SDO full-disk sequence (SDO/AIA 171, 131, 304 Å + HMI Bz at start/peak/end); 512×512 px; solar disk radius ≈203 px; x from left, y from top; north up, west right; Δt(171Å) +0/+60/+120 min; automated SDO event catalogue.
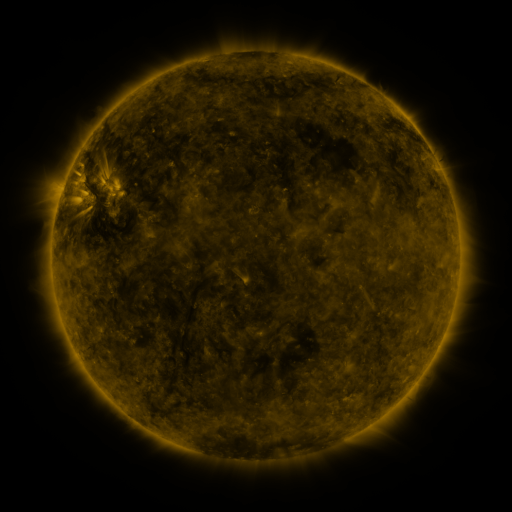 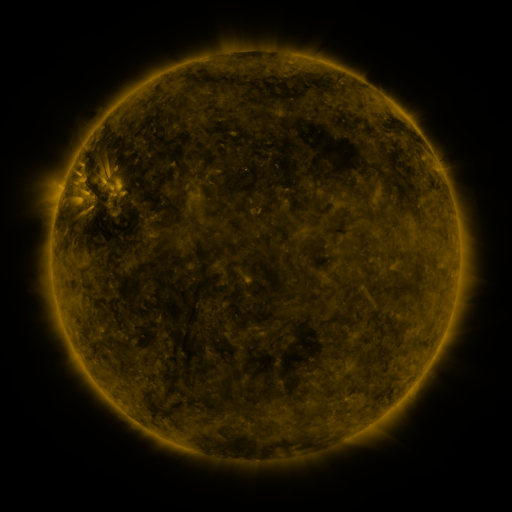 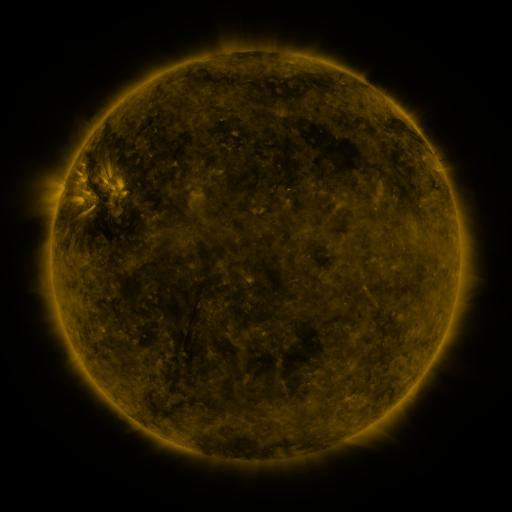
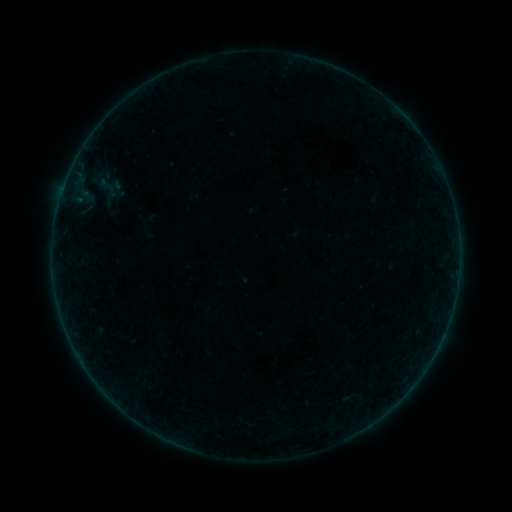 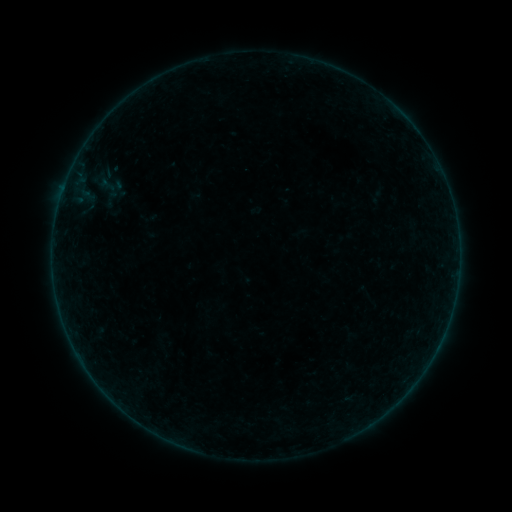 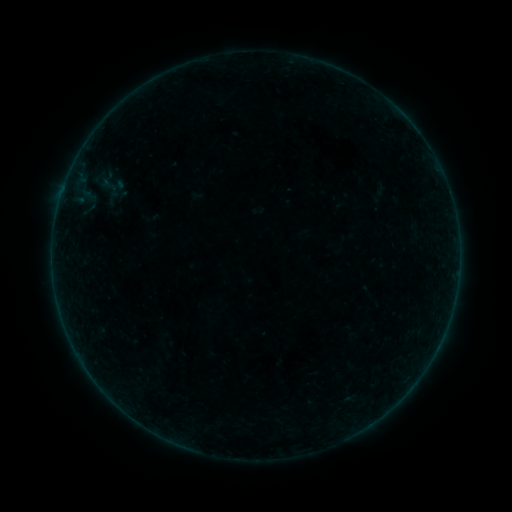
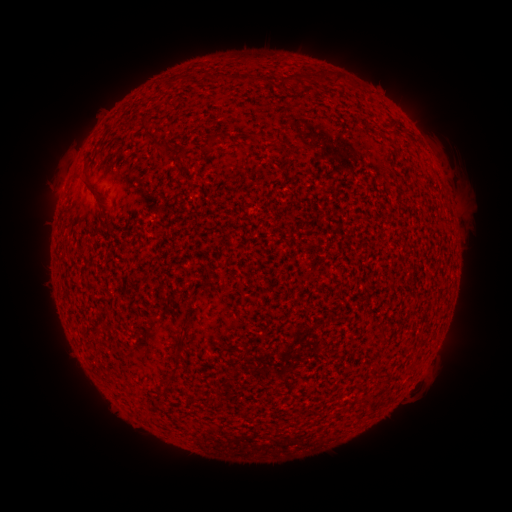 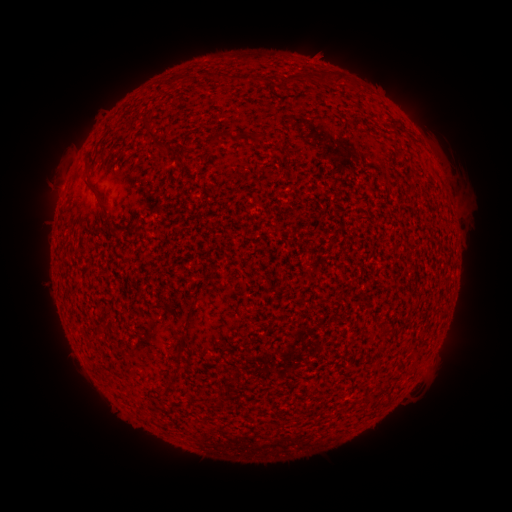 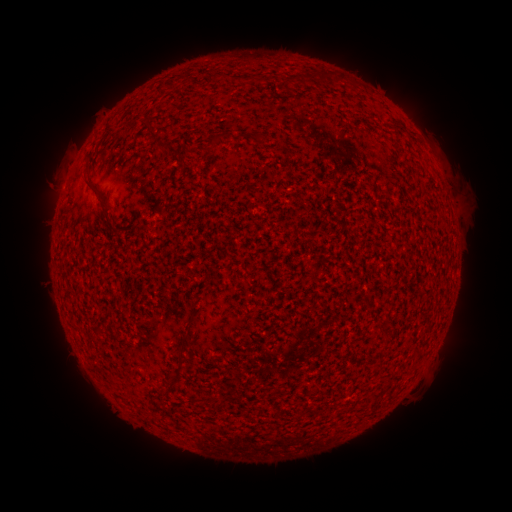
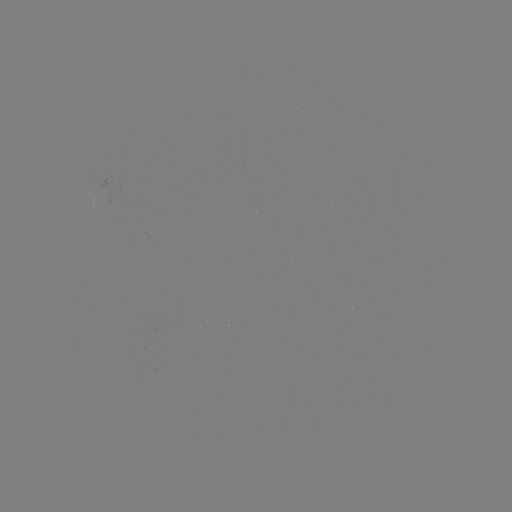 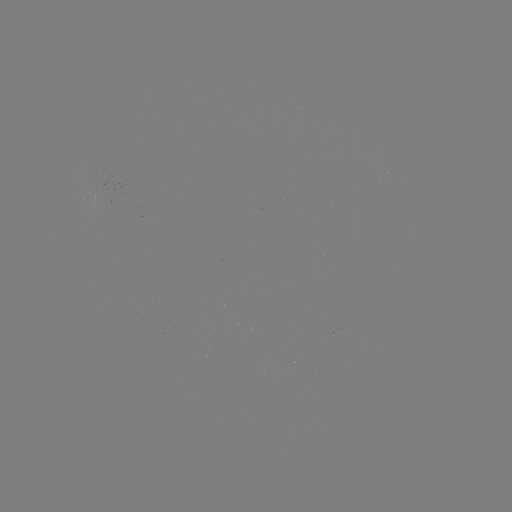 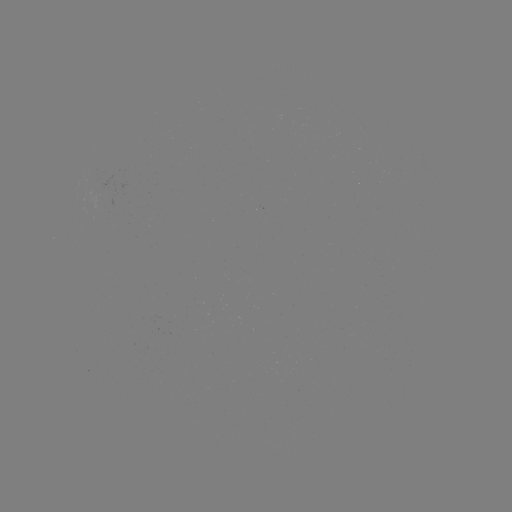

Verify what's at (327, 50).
filament eruption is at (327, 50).